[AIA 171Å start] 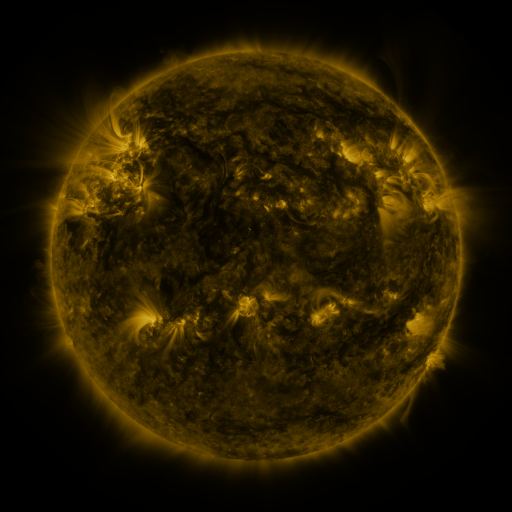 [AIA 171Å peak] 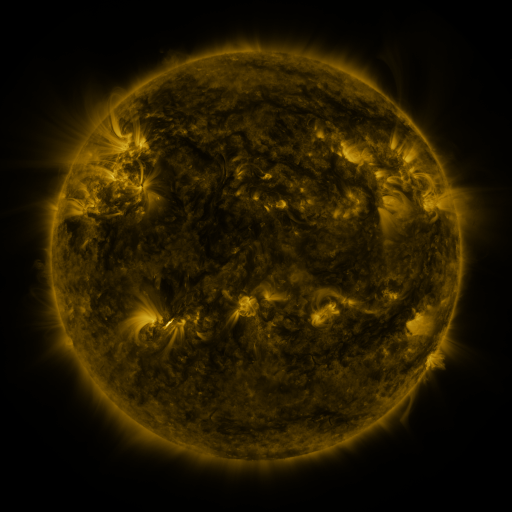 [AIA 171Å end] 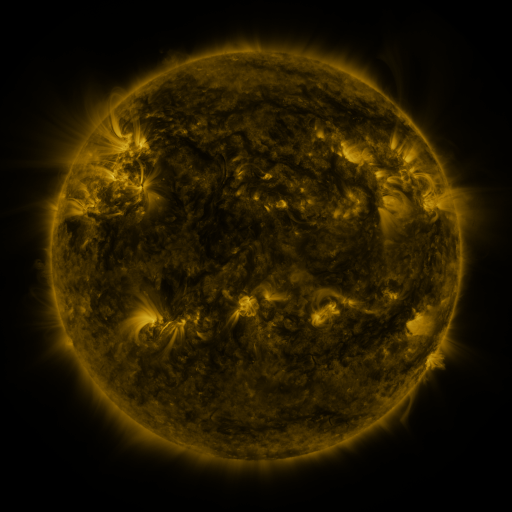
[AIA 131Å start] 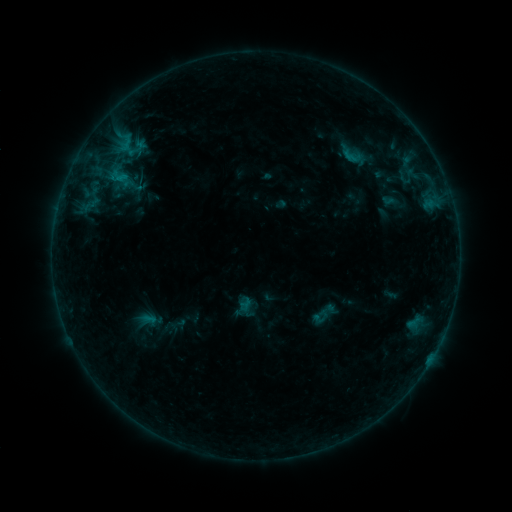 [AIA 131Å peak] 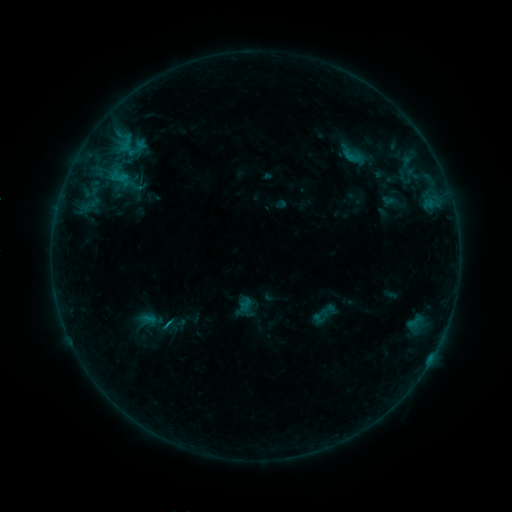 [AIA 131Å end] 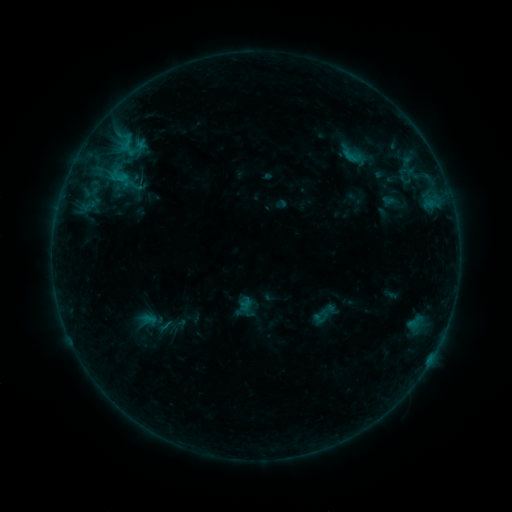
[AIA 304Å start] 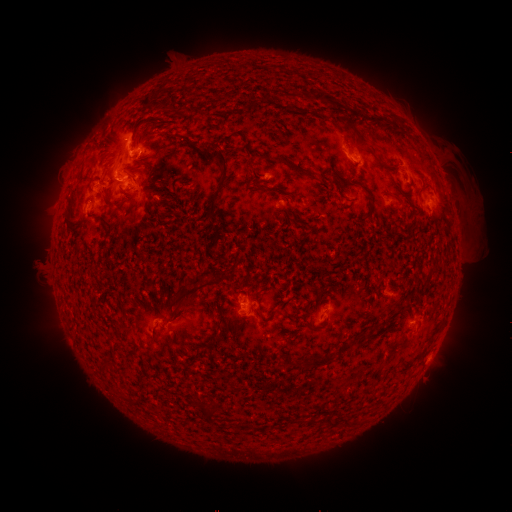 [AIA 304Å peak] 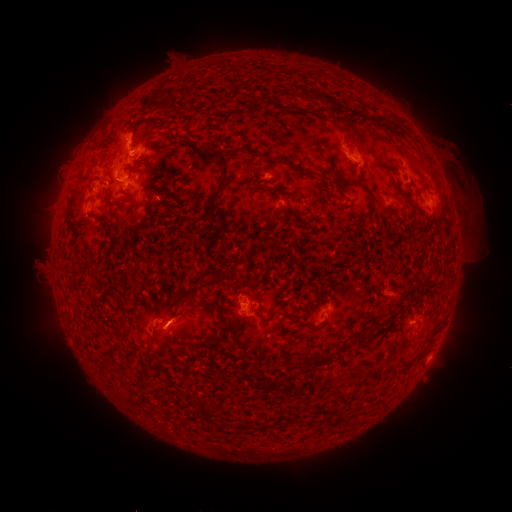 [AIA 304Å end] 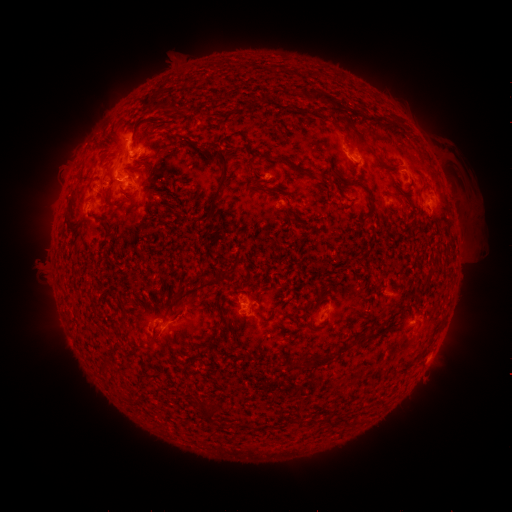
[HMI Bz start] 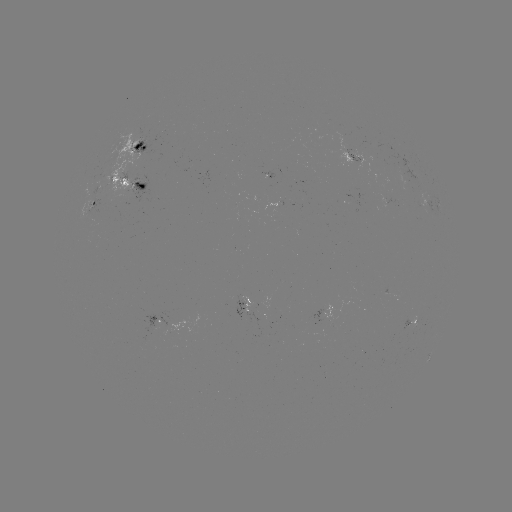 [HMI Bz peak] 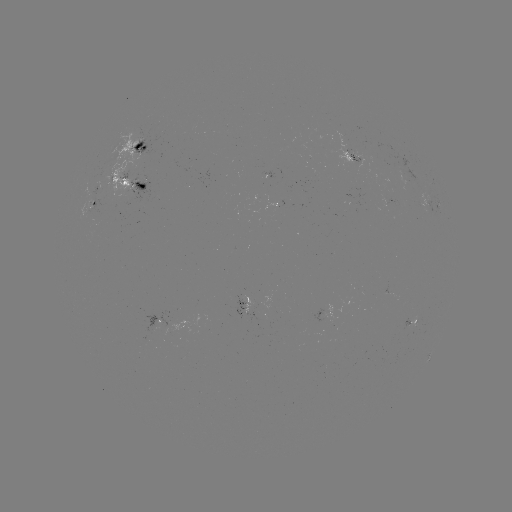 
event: eruption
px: (178, 302)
